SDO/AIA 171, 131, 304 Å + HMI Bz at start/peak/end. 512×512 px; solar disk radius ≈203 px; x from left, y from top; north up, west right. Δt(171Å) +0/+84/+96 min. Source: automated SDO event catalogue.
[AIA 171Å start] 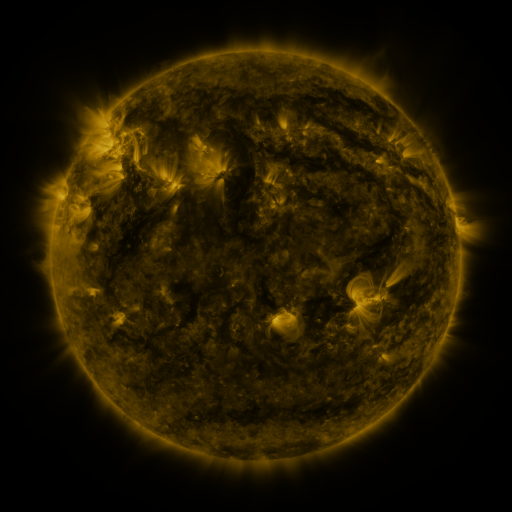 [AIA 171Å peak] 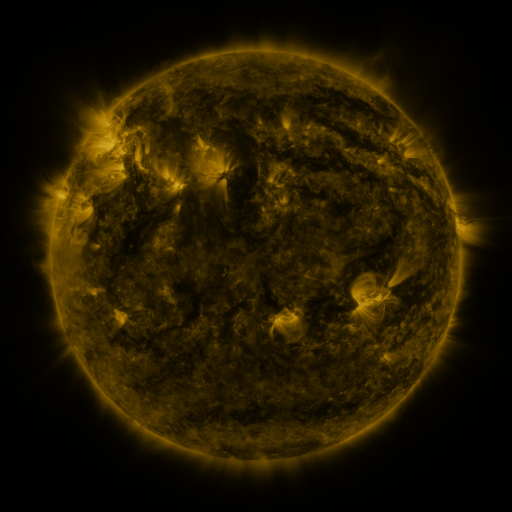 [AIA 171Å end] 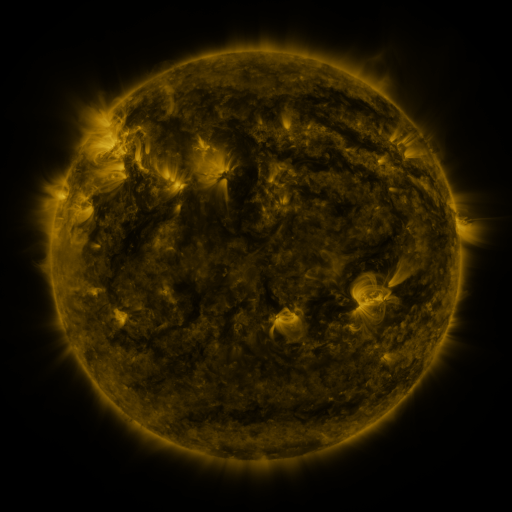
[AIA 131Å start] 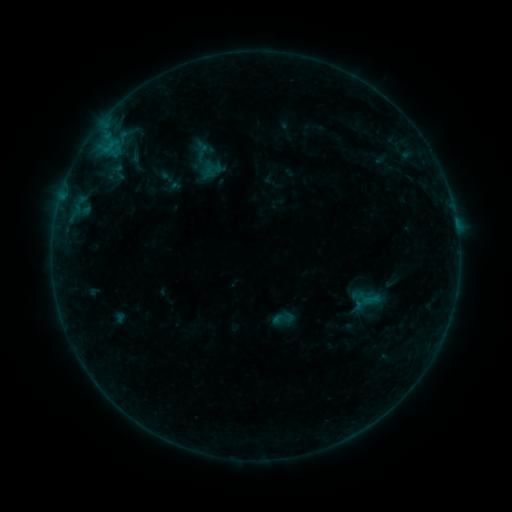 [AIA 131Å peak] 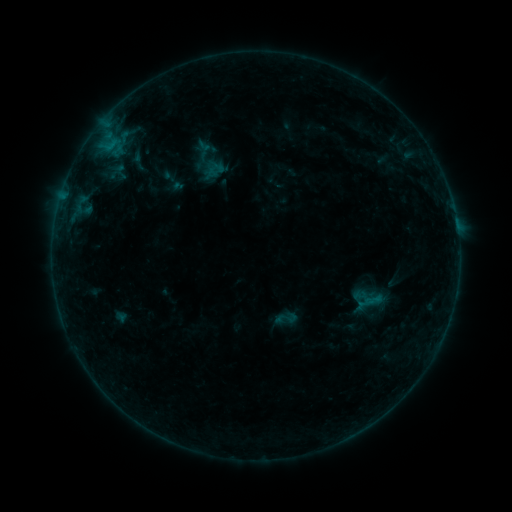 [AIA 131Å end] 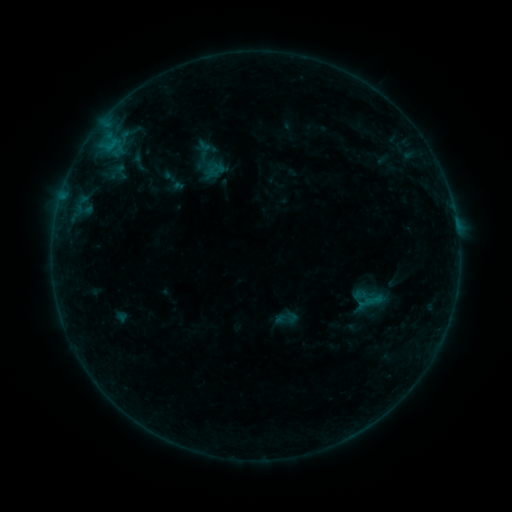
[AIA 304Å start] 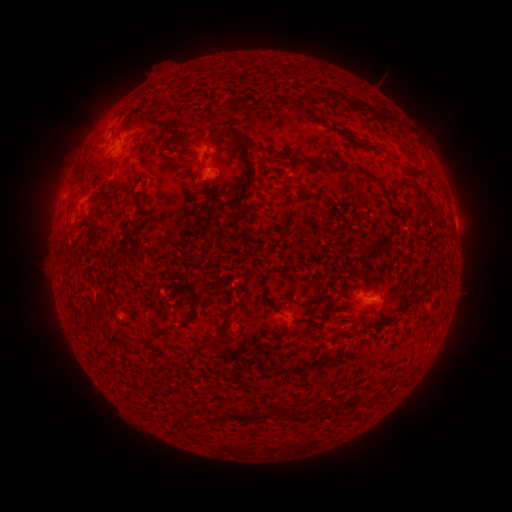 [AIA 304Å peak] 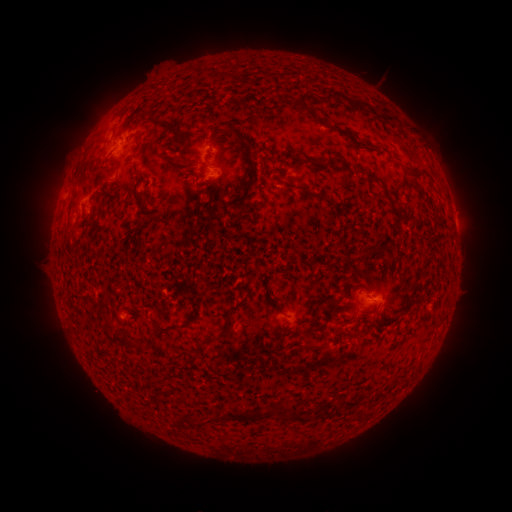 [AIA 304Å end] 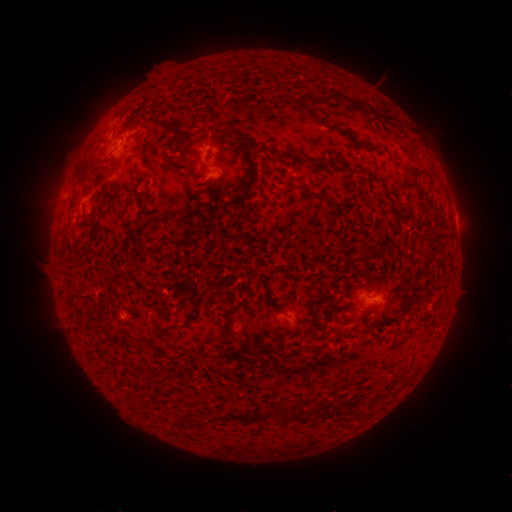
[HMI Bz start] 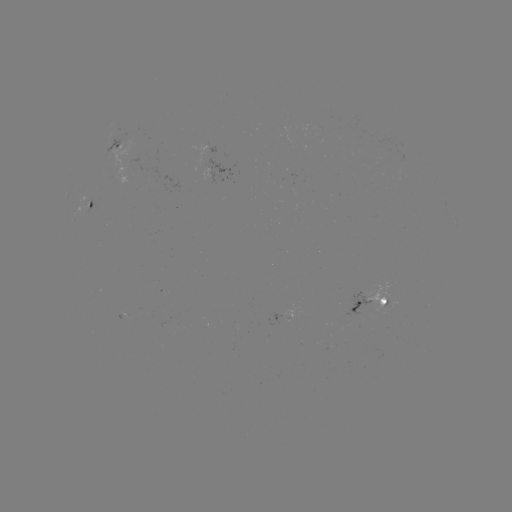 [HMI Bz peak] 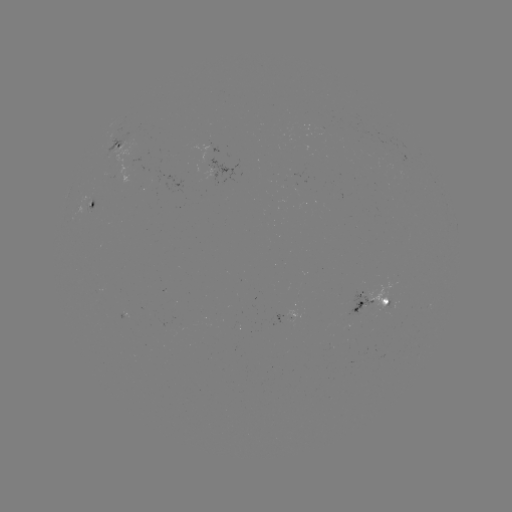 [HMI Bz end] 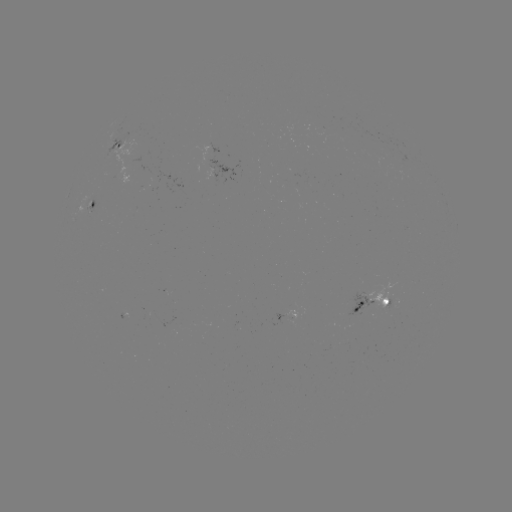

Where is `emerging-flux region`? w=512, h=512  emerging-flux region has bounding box [344, 290, 372, 317].